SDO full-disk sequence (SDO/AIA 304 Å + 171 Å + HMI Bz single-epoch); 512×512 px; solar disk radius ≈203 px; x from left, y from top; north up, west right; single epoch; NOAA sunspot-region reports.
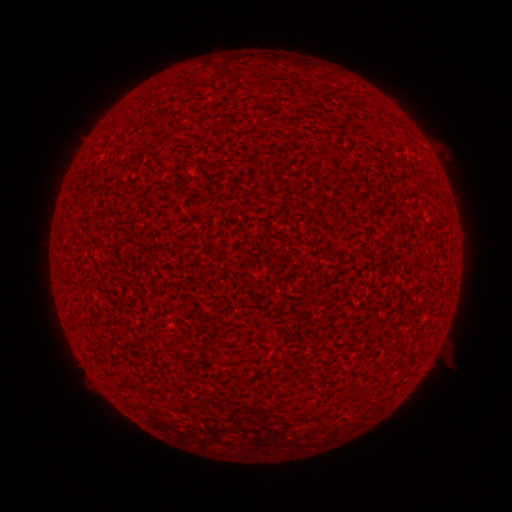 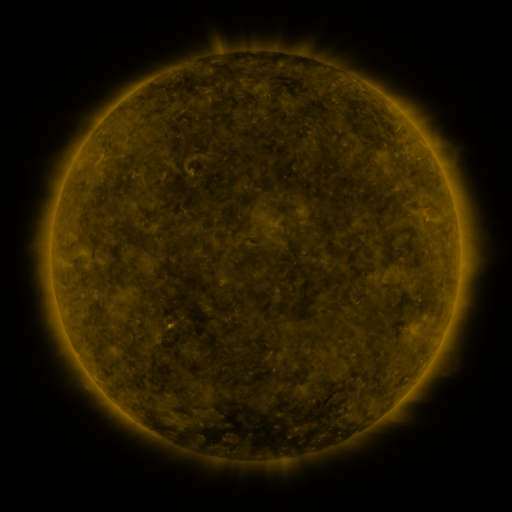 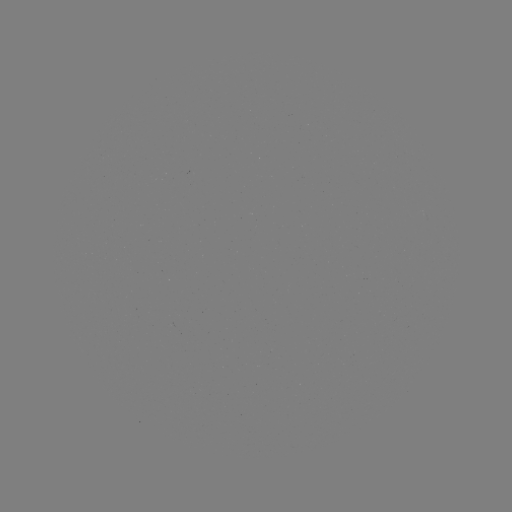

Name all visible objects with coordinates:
(none)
